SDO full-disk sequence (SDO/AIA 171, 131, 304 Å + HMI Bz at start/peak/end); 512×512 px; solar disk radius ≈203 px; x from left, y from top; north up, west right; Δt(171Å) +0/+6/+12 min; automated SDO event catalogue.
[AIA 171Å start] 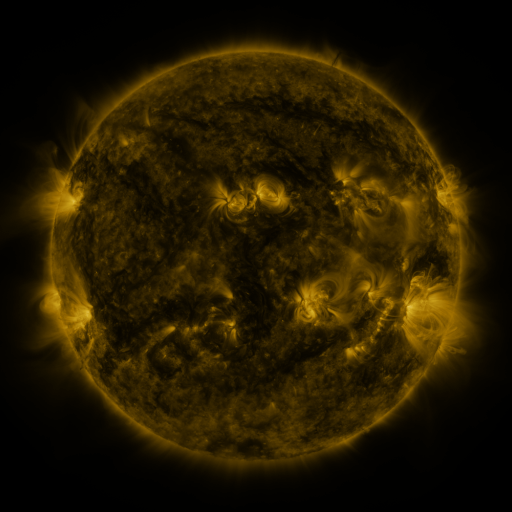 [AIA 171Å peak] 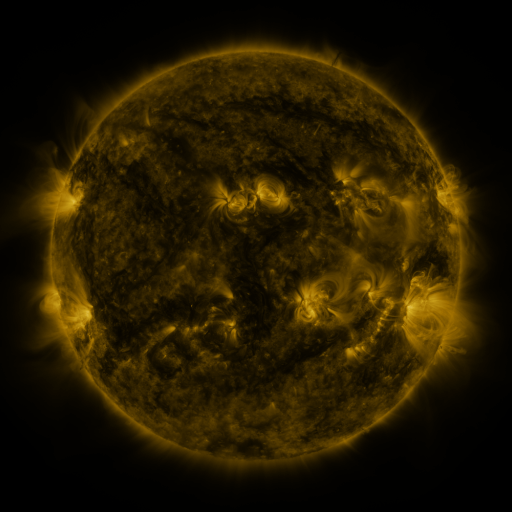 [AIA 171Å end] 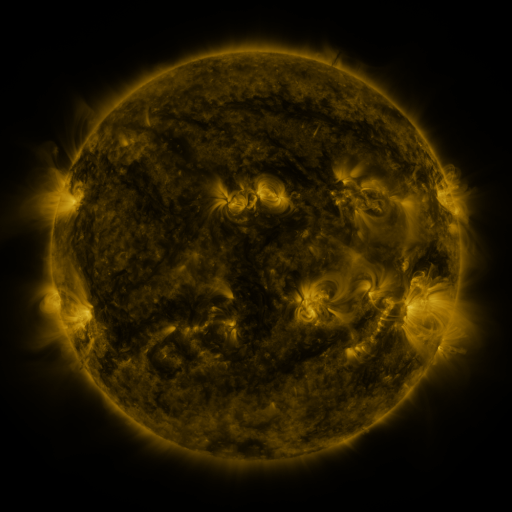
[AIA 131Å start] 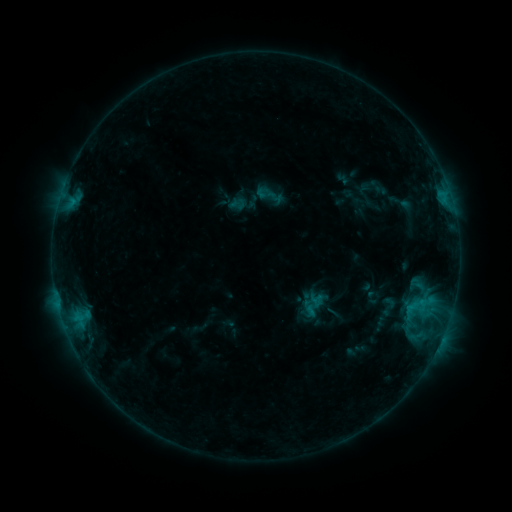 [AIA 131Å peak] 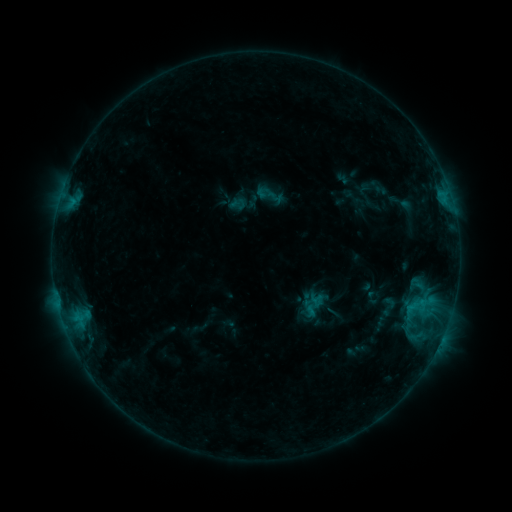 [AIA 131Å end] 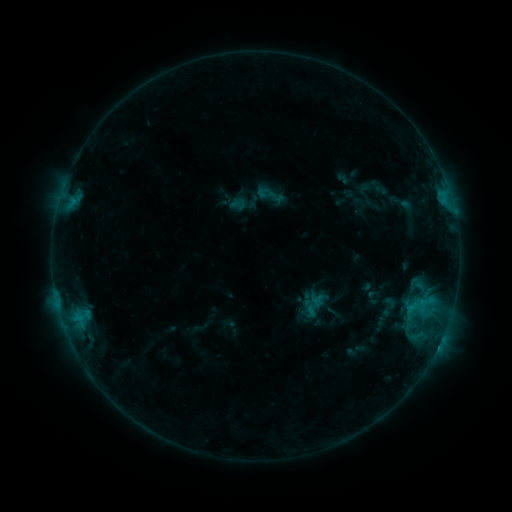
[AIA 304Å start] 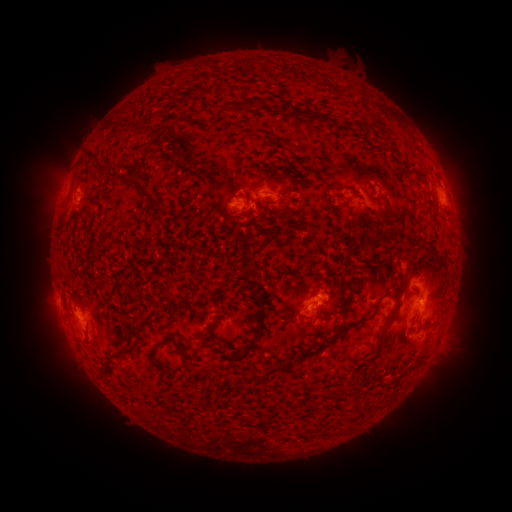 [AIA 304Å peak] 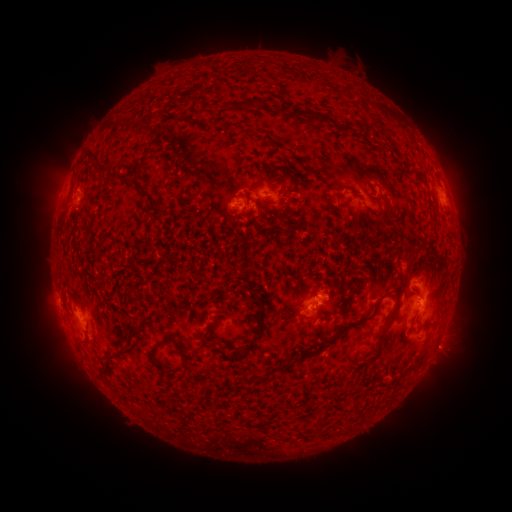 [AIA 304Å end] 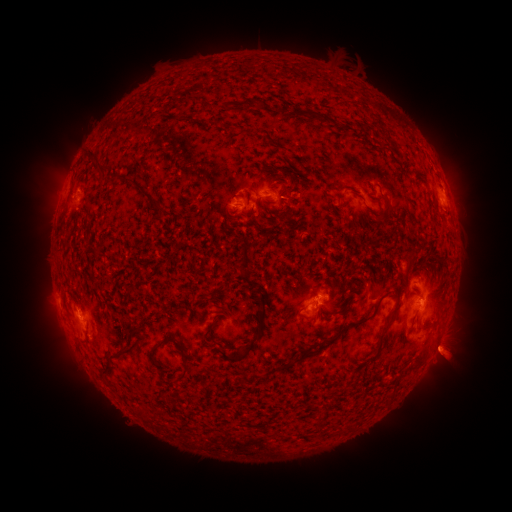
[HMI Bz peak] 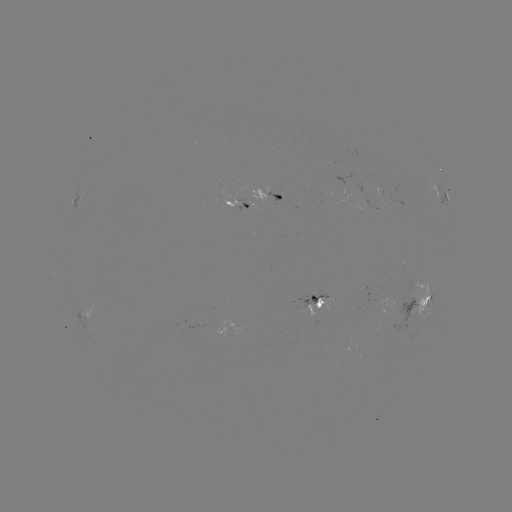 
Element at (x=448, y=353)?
eruption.